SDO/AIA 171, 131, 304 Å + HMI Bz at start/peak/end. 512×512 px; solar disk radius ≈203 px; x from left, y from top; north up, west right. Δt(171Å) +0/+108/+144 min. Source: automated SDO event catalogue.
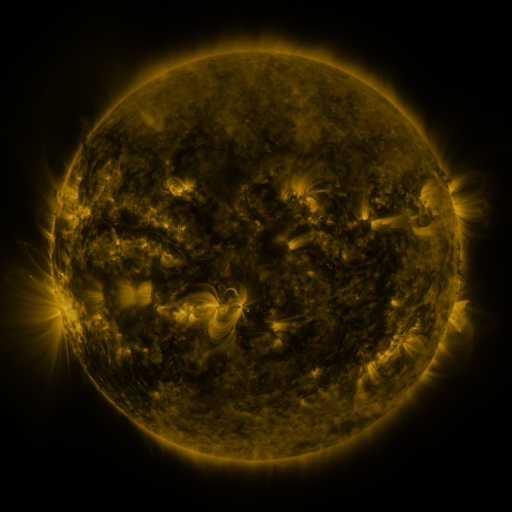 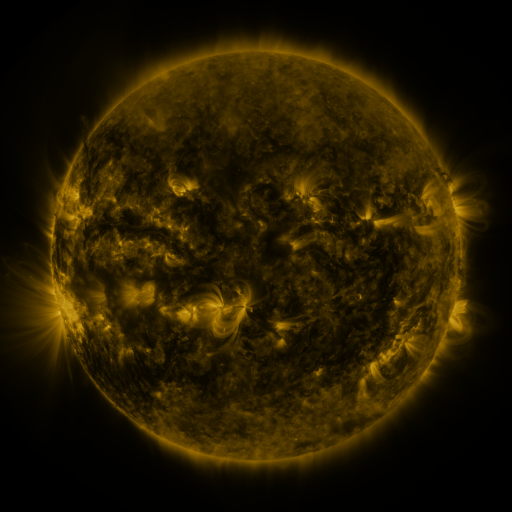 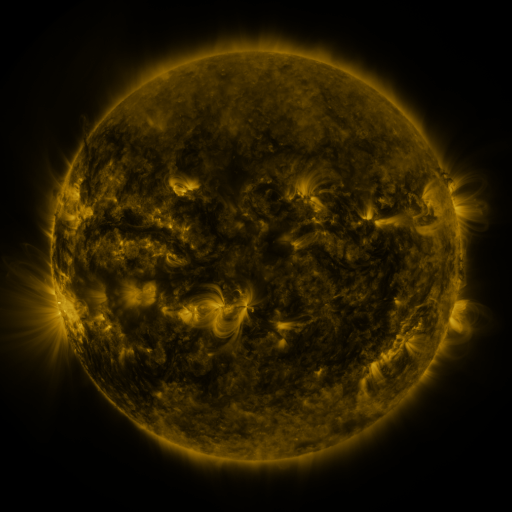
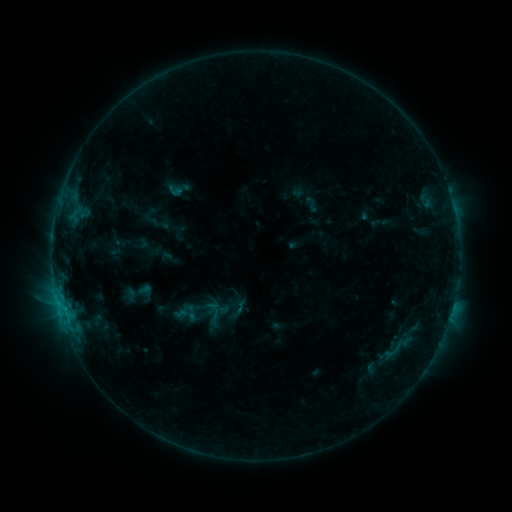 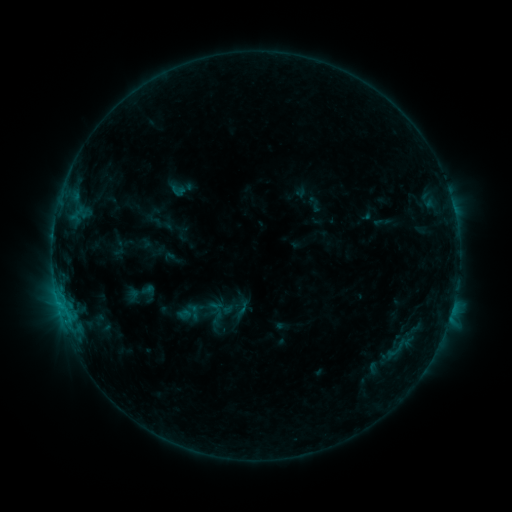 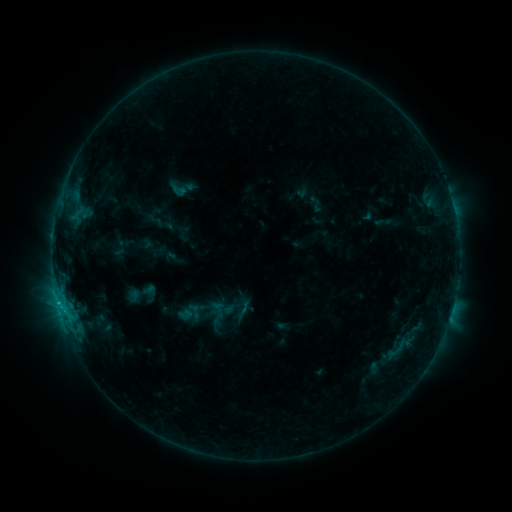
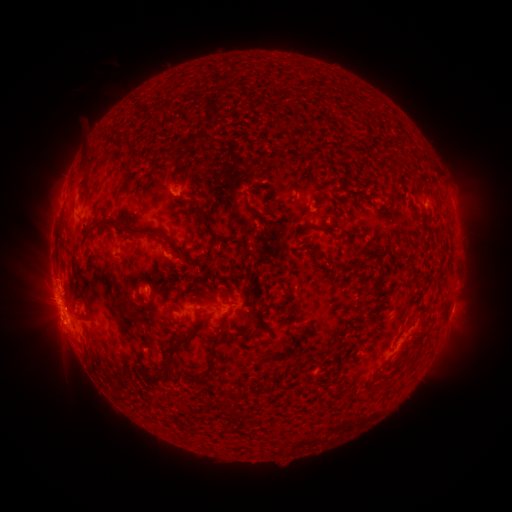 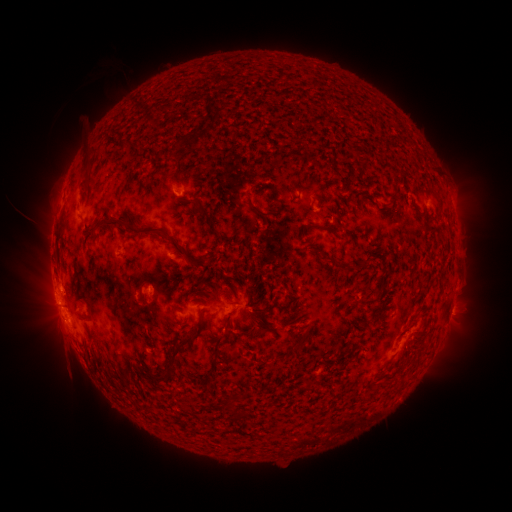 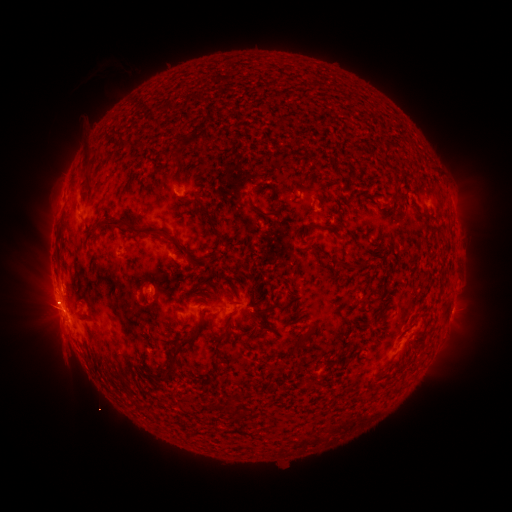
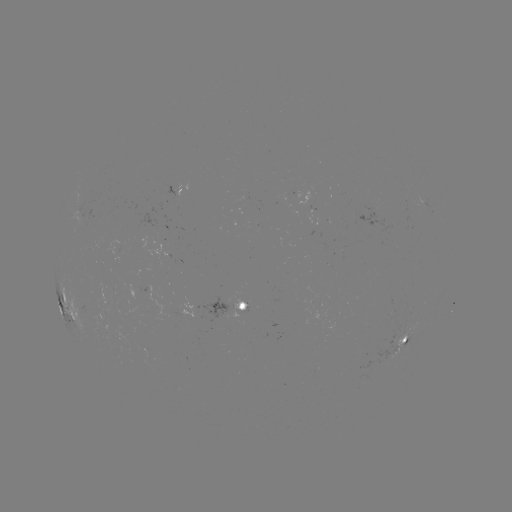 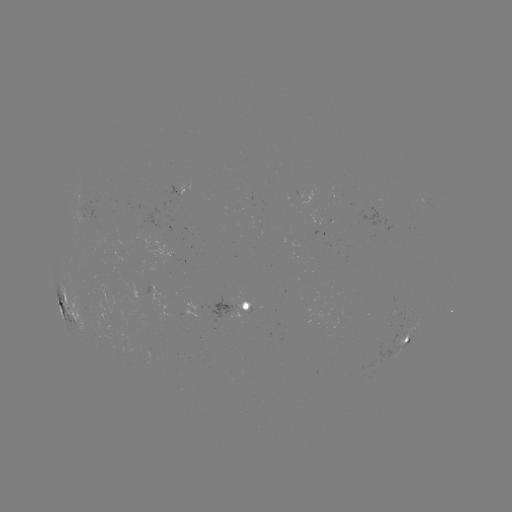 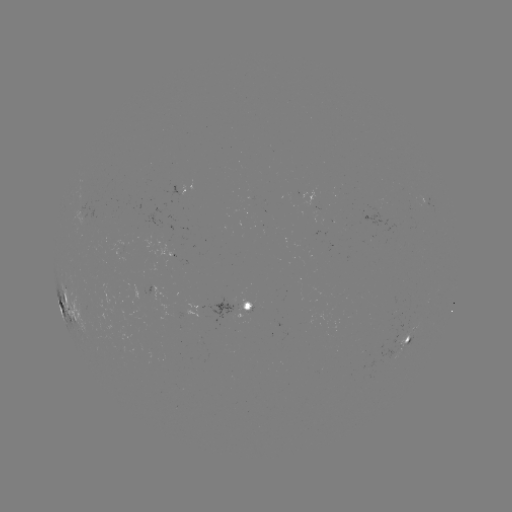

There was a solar emerging-flux region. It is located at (240, 306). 